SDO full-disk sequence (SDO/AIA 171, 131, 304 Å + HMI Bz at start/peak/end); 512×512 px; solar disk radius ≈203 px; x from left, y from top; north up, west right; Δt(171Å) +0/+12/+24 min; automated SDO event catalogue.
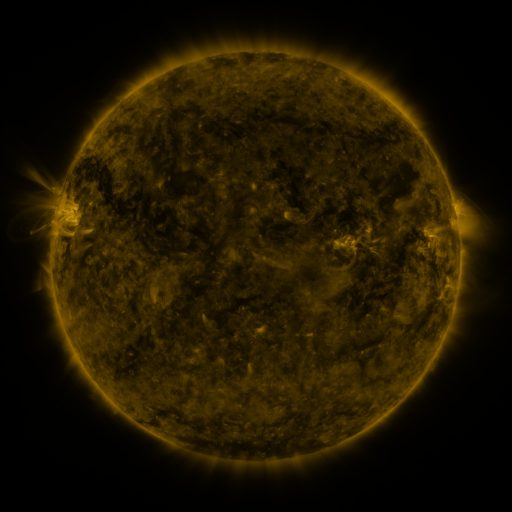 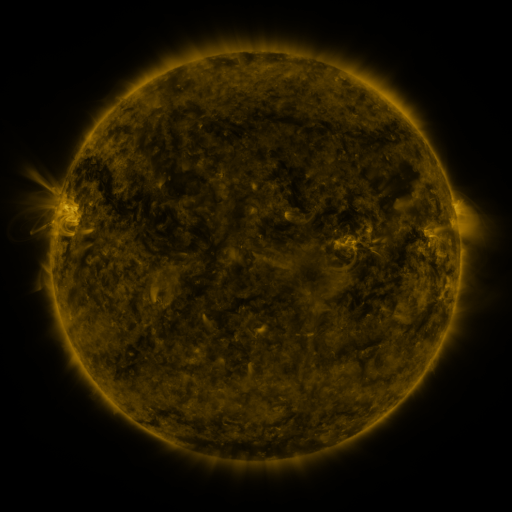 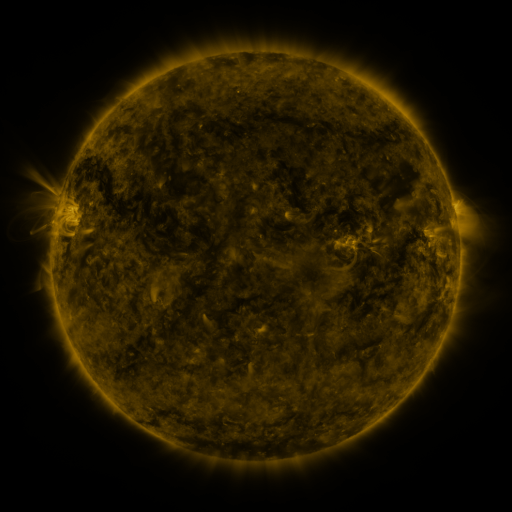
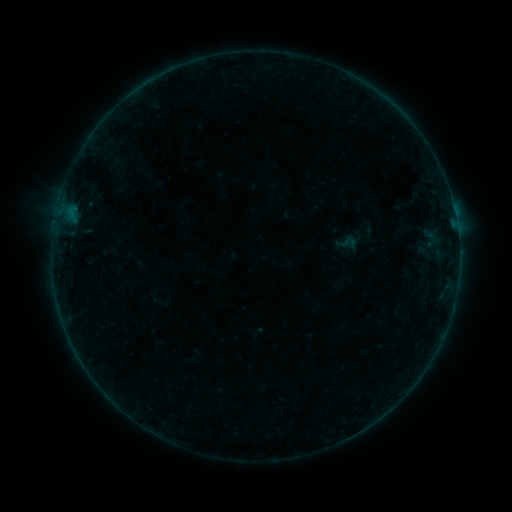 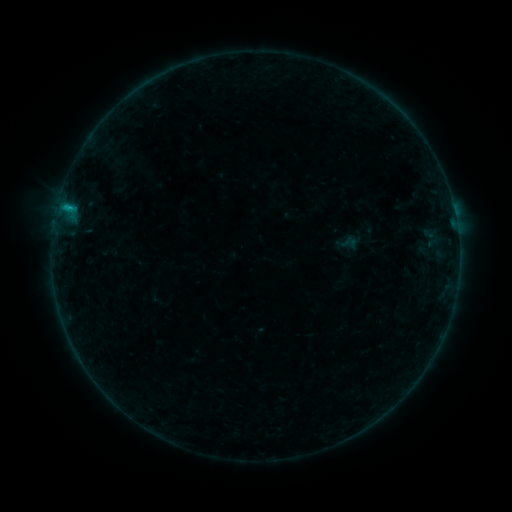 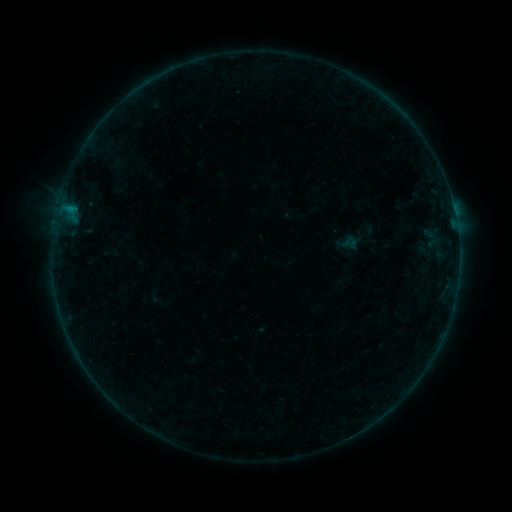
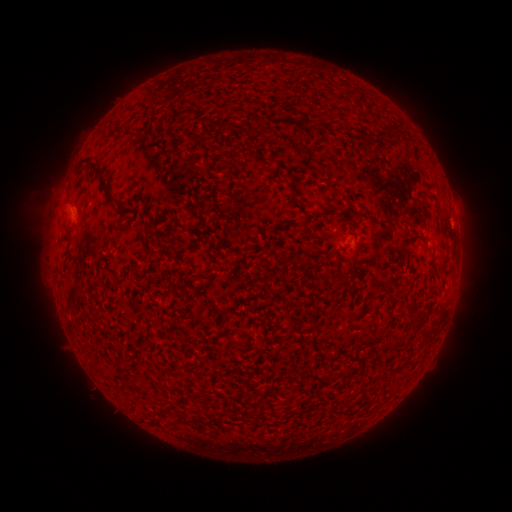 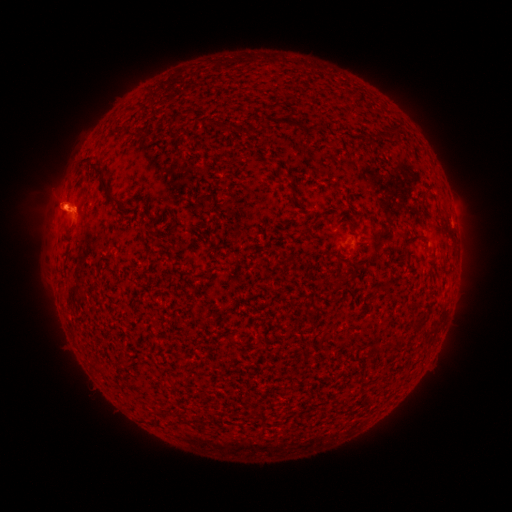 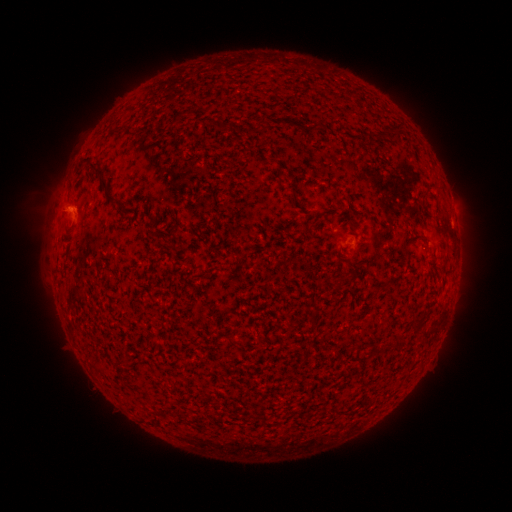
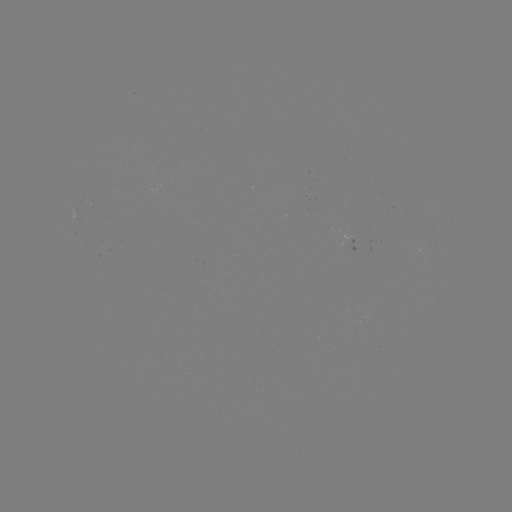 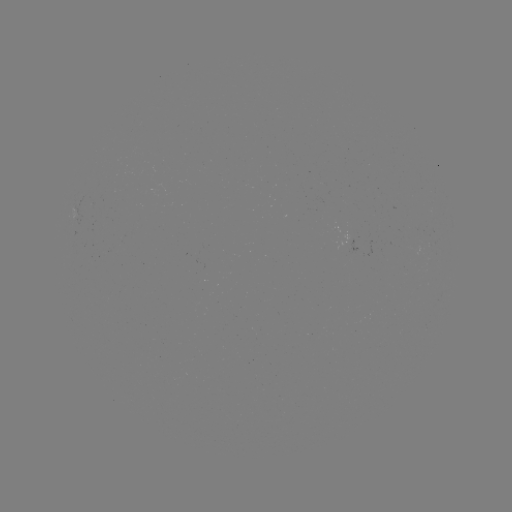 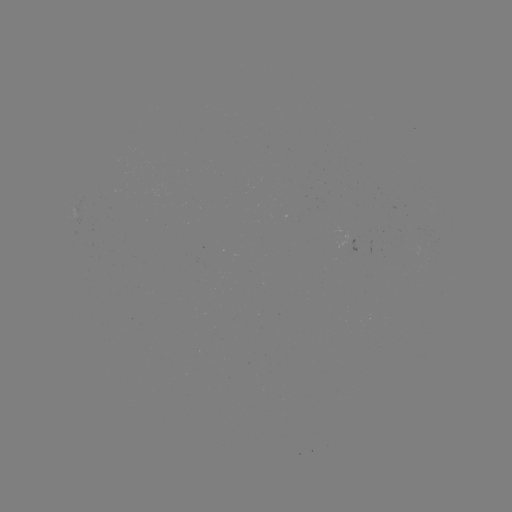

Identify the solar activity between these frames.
B4.9 flare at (70, 209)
